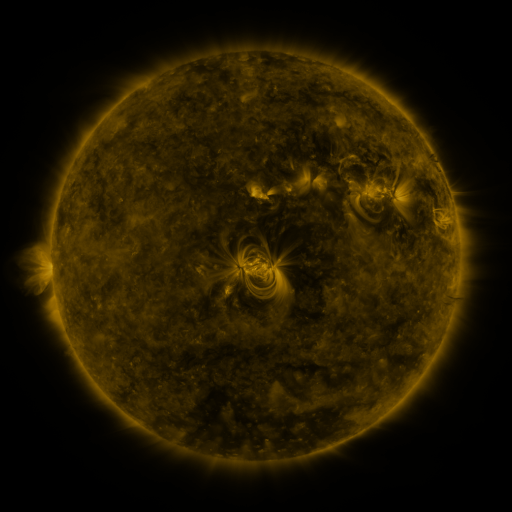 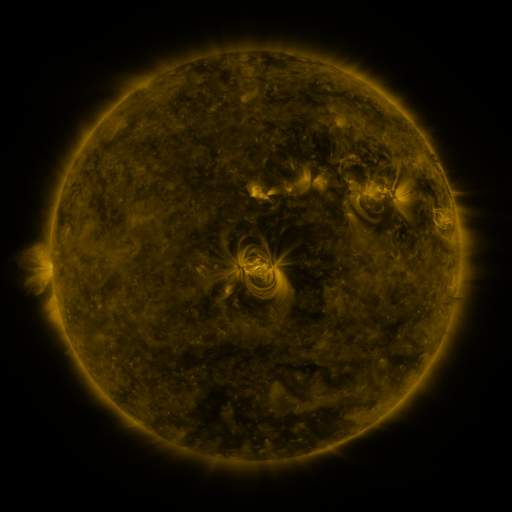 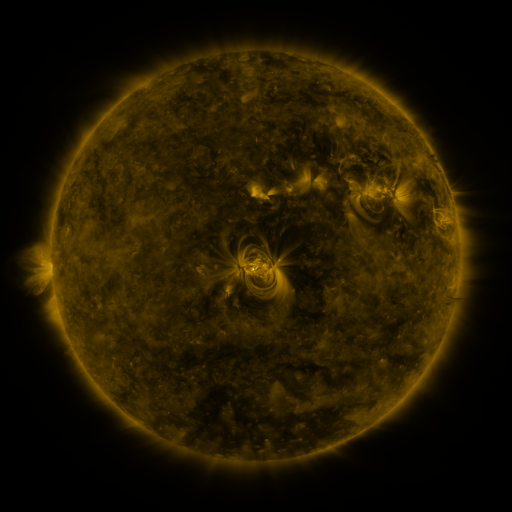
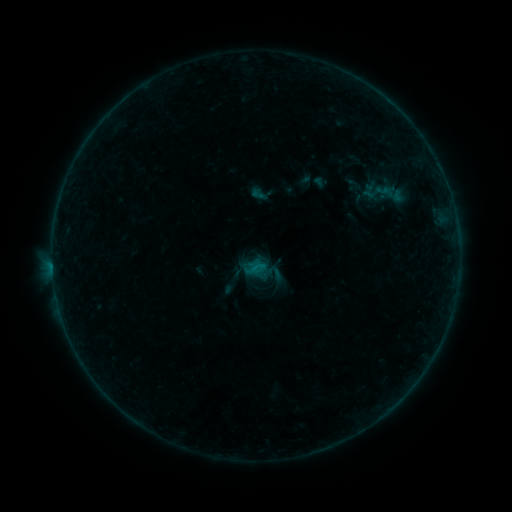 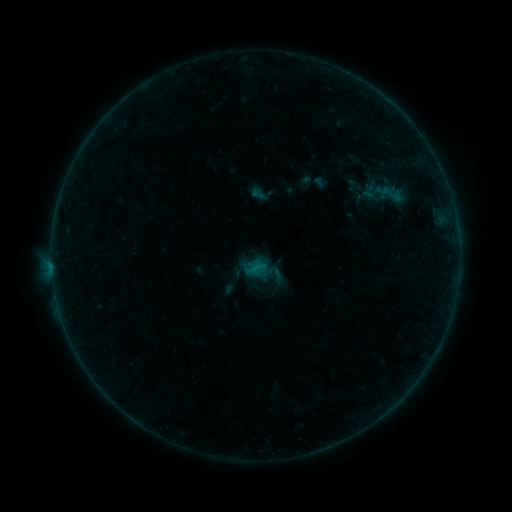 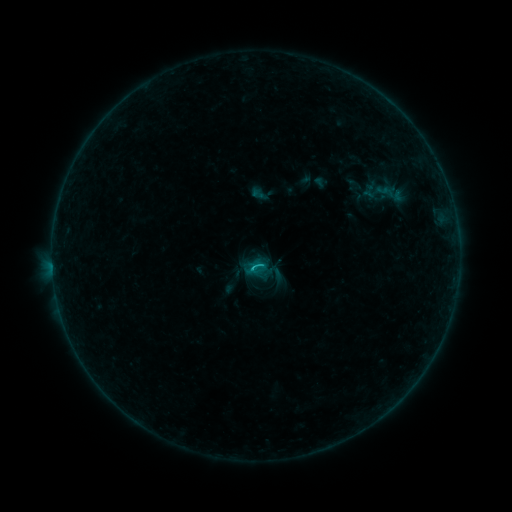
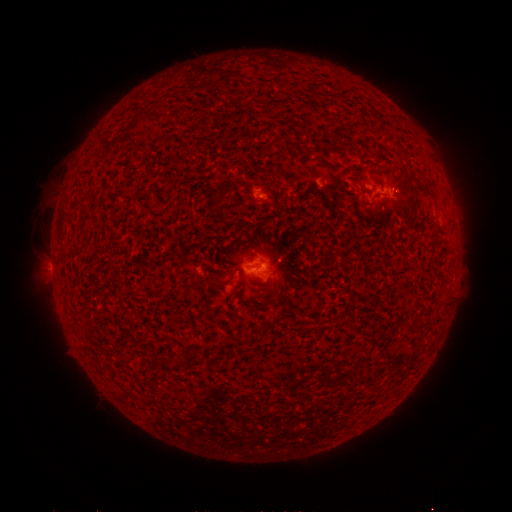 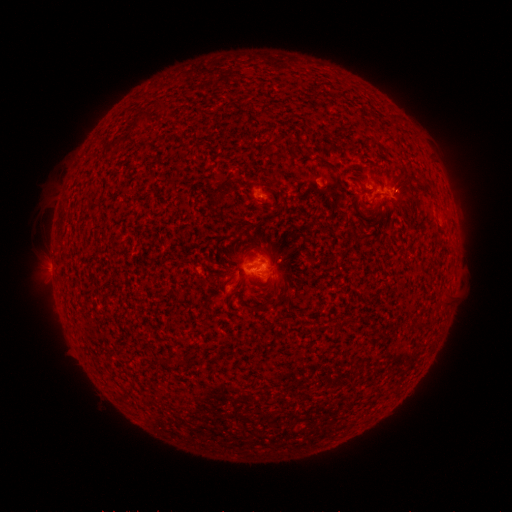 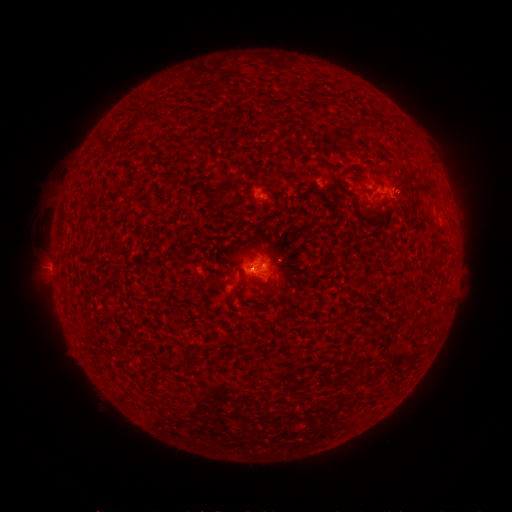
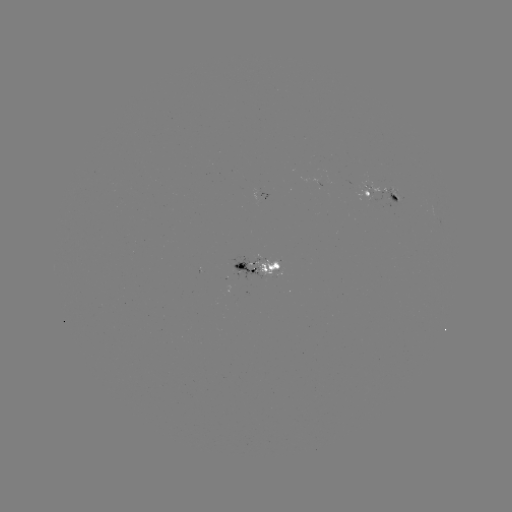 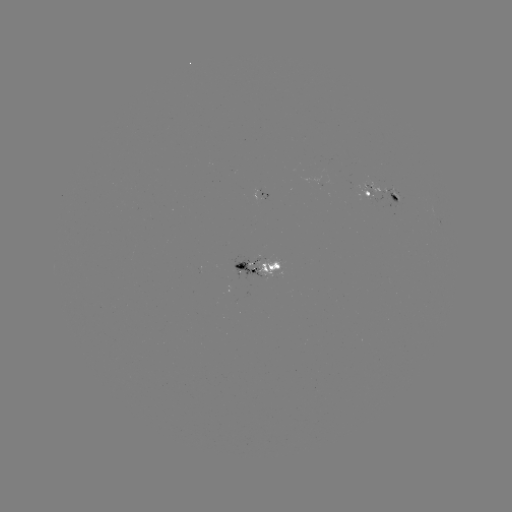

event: flare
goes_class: B6.4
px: (252, 268)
